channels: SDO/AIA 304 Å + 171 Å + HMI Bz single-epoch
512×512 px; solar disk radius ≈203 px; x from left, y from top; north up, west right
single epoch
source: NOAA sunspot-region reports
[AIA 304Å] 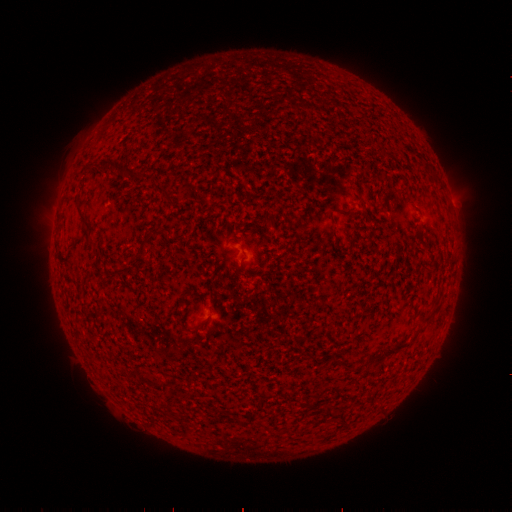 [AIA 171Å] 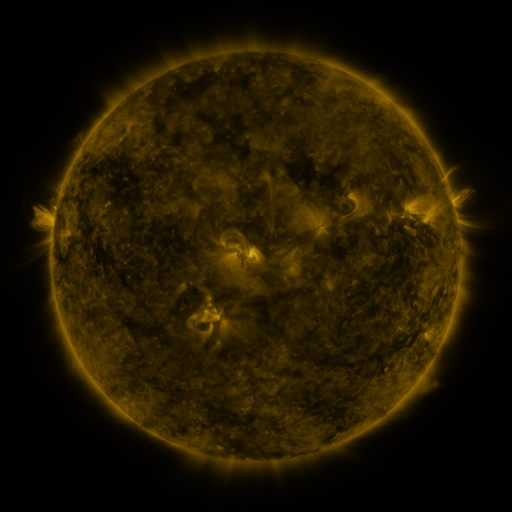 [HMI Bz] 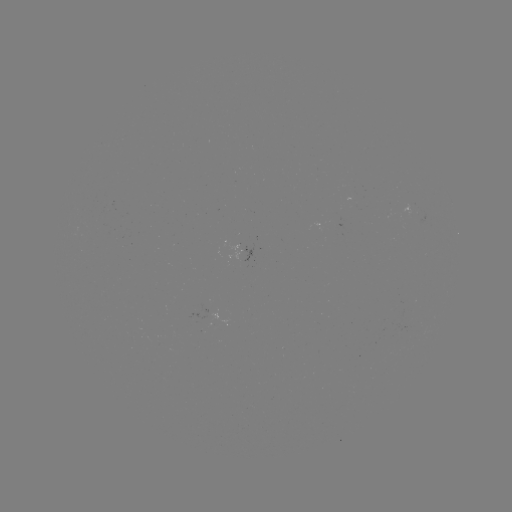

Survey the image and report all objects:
(none)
